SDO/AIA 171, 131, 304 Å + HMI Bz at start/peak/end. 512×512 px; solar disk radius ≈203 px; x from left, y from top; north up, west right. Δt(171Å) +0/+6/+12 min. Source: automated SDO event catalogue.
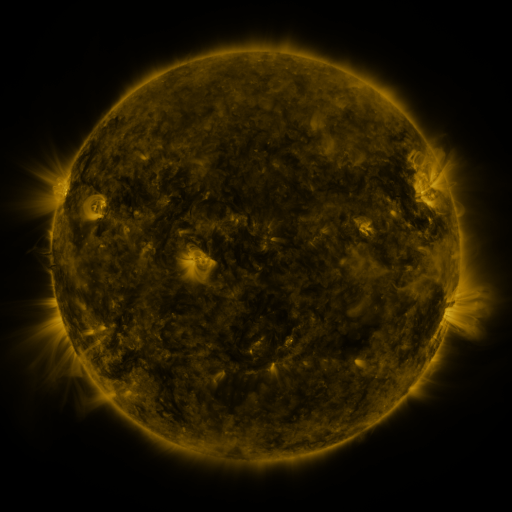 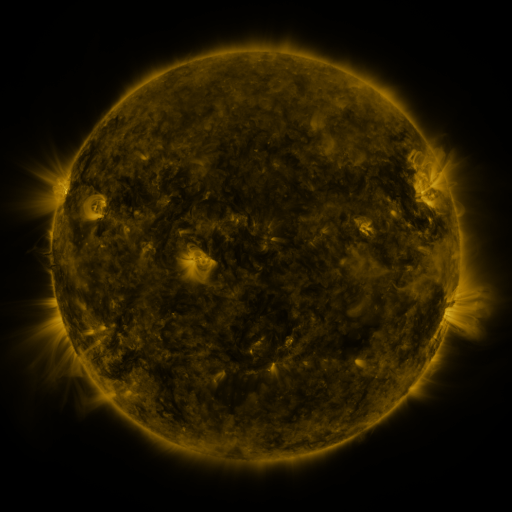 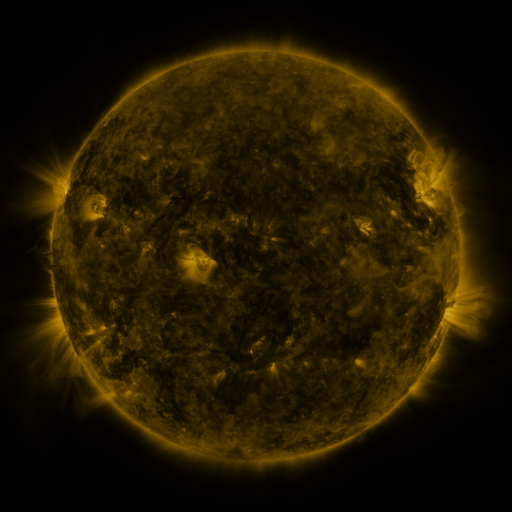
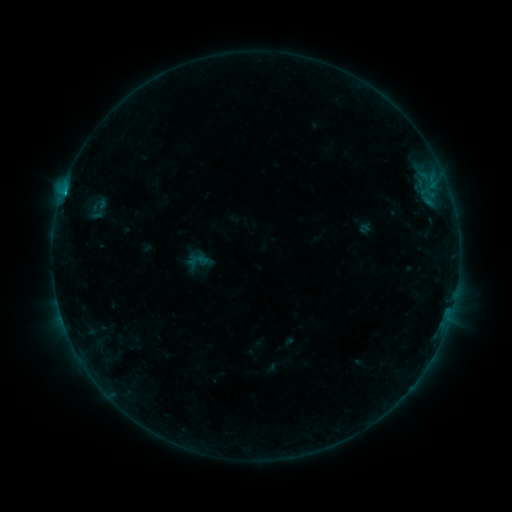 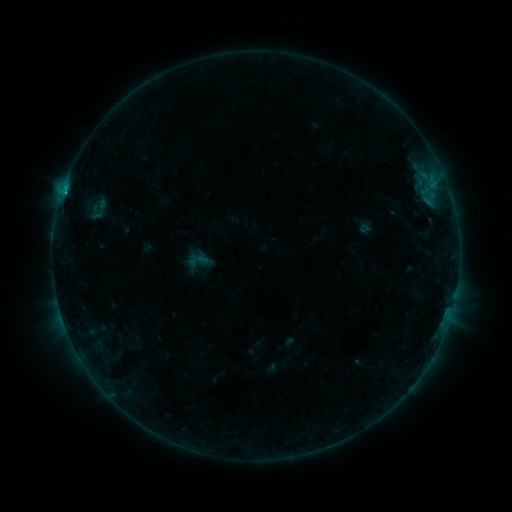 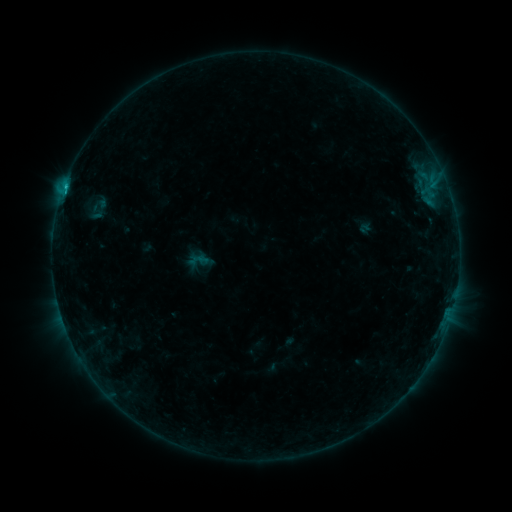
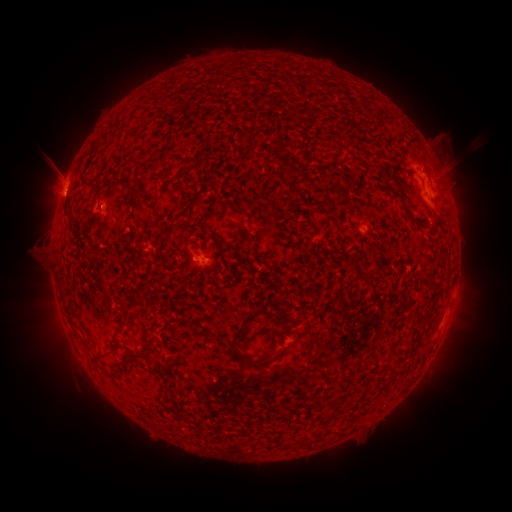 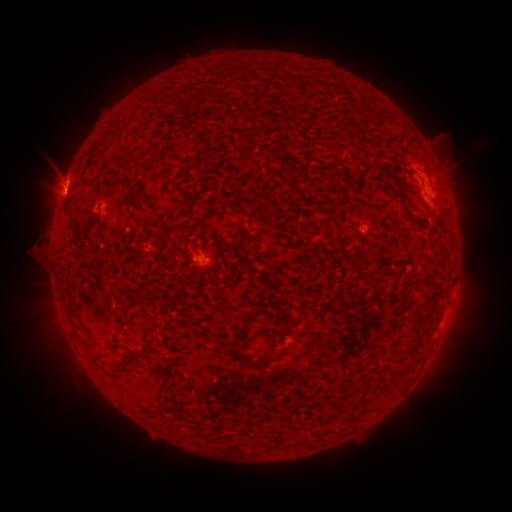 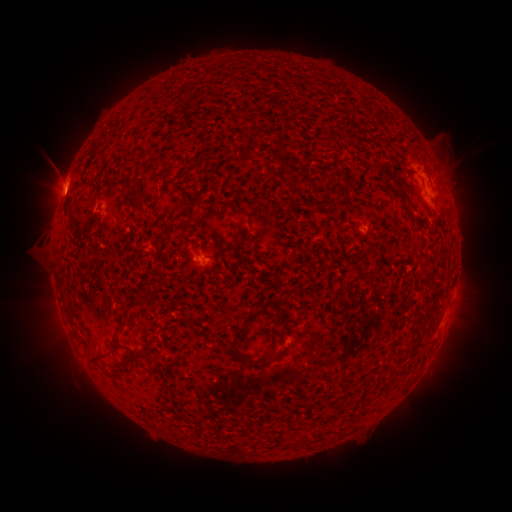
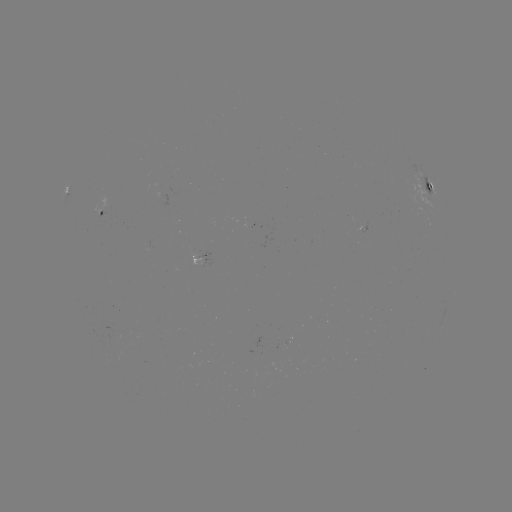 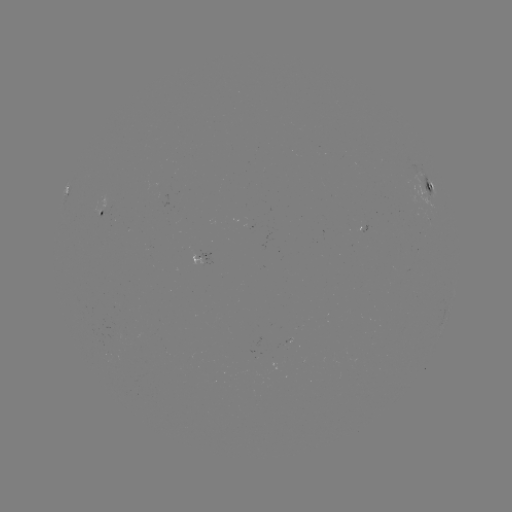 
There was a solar flare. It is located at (66, 194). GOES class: B9.5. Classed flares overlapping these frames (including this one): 2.